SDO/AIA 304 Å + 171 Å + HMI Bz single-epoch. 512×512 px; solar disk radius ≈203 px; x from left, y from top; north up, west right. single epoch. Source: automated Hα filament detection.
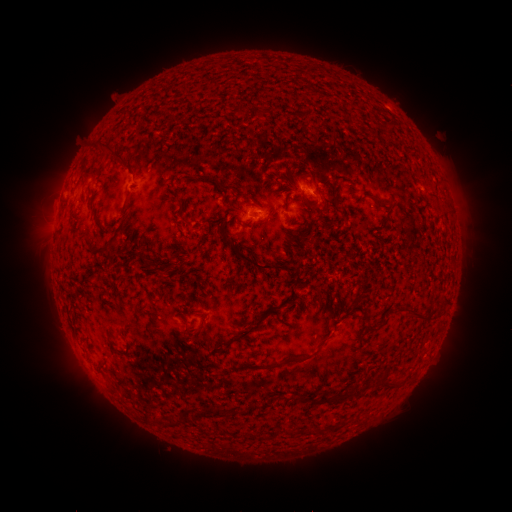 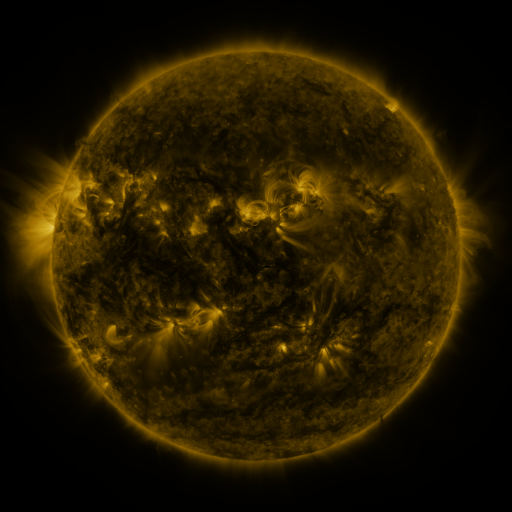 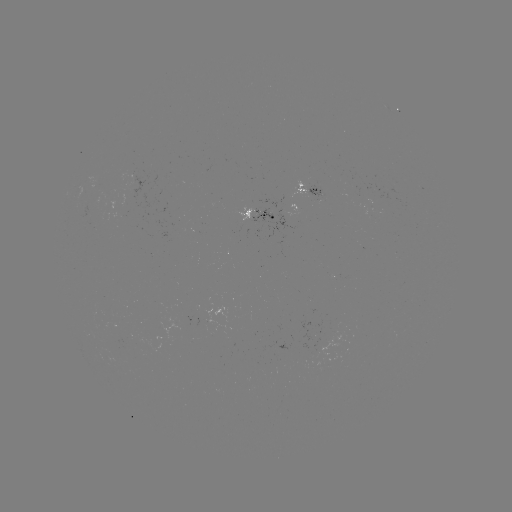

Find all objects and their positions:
filament: (239, 110)
filament: (103, 147)
filament: (201, 176)
filament: (224, 188)
filament: (380, 203)
filament: (146, 261)
filament: (258, 266)
filament: (412, 313)
filament: (252, 324)
filament: (201, 327)
filament: (287, 359)
filament: (389, 385)
filament: (308, 398)
filament: (336, 400)
filament: (217, 412)
